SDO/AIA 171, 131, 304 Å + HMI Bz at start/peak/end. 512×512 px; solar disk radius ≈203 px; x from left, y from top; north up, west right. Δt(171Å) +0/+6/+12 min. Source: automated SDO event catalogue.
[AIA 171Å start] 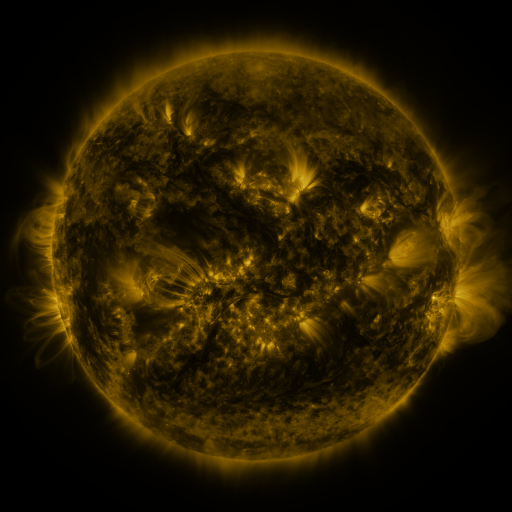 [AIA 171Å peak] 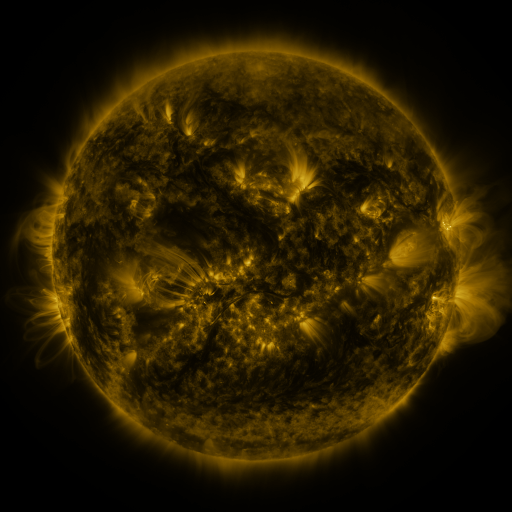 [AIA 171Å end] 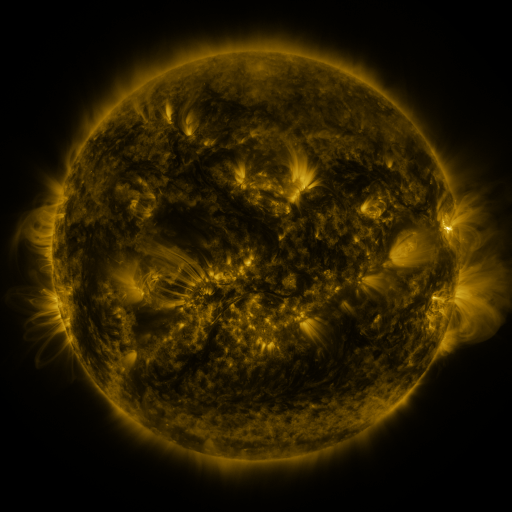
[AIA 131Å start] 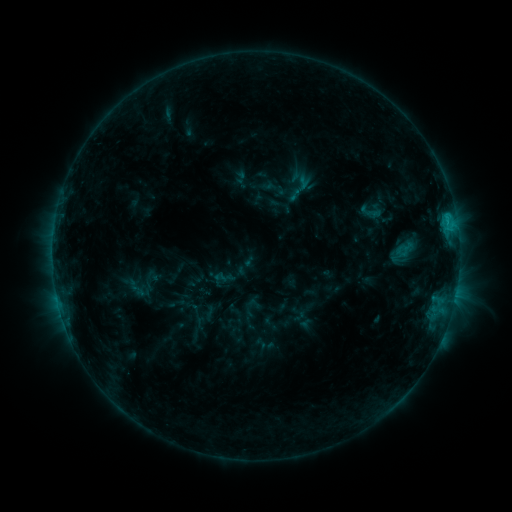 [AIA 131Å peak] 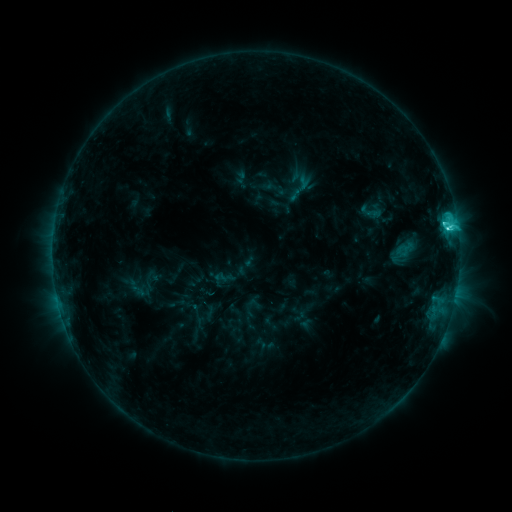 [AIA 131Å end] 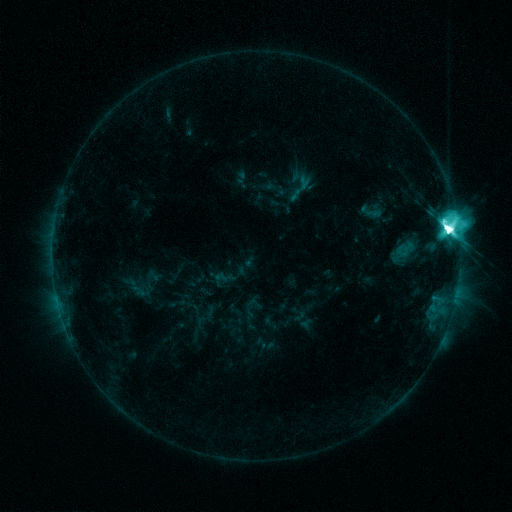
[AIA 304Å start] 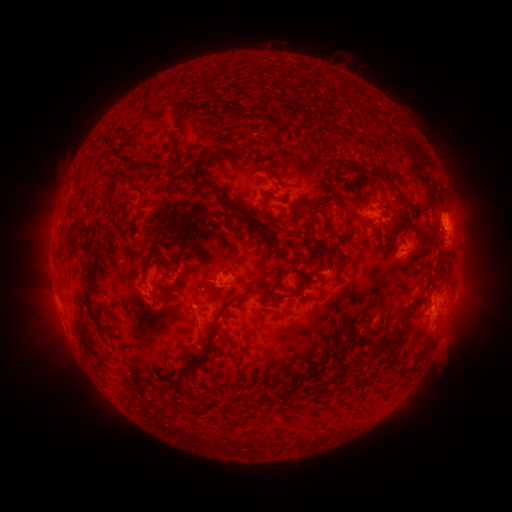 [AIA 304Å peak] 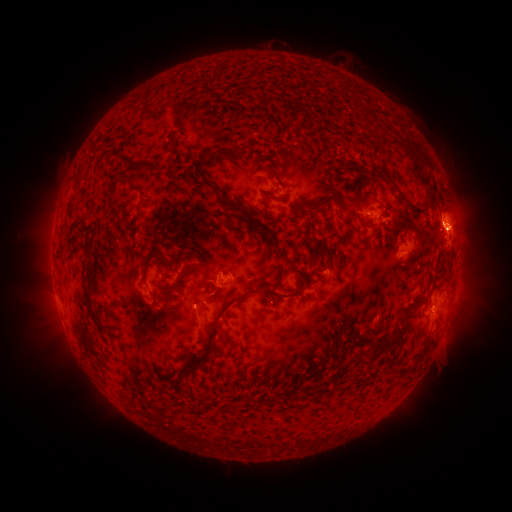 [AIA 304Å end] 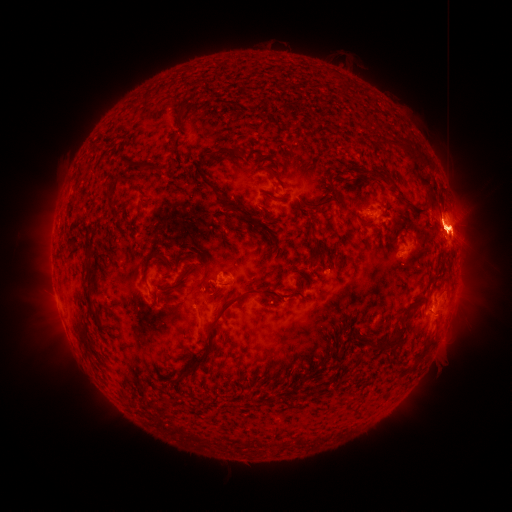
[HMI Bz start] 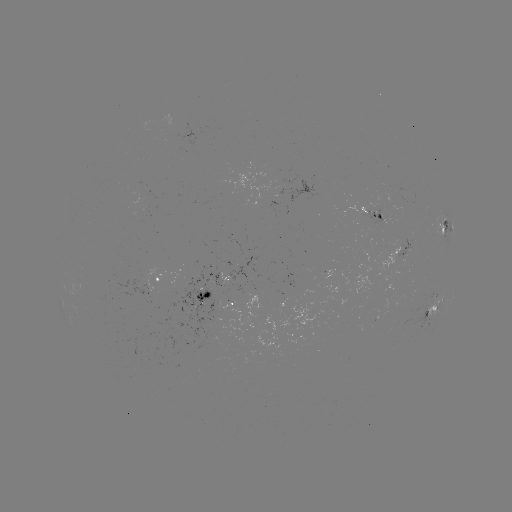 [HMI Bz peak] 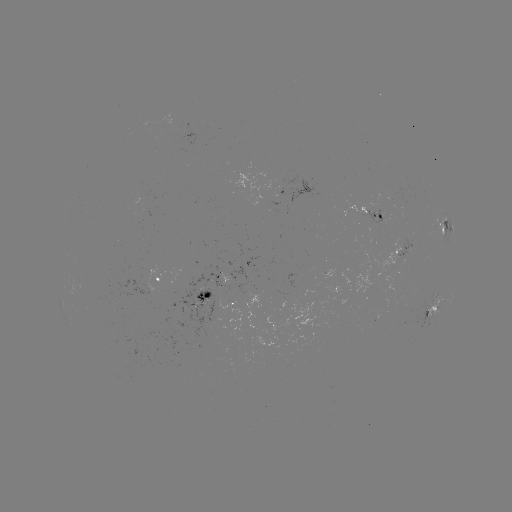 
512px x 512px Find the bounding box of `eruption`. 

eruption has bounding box [407, 183, 497, 277].